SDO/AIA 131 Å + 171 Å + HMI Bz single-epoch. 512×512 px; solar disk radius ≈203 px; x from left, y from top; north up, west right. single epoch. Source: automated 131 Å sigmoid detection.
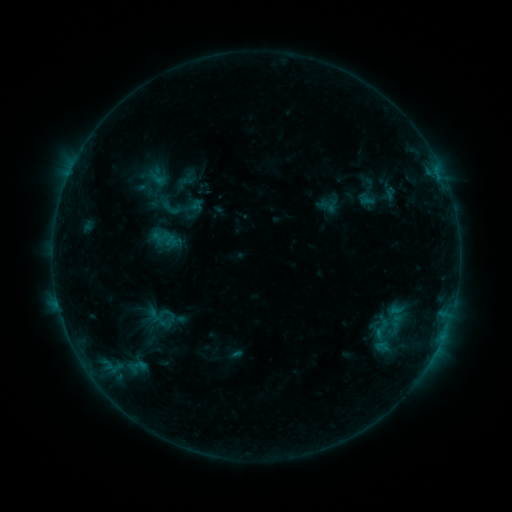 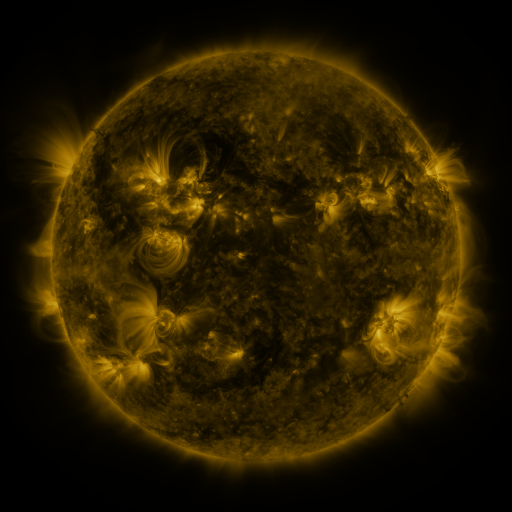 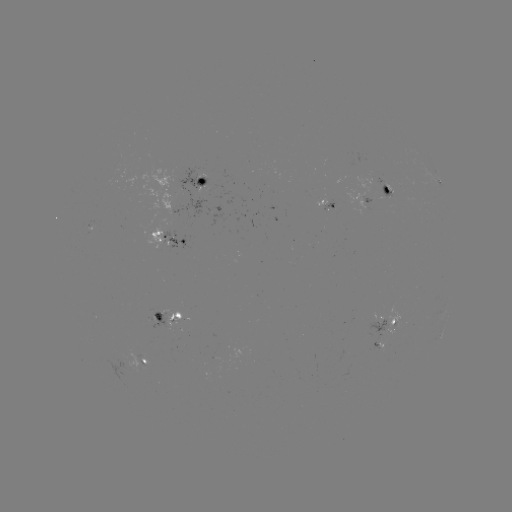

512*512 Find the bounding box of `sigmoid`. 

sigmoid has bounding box [160, 197, 181, 220].